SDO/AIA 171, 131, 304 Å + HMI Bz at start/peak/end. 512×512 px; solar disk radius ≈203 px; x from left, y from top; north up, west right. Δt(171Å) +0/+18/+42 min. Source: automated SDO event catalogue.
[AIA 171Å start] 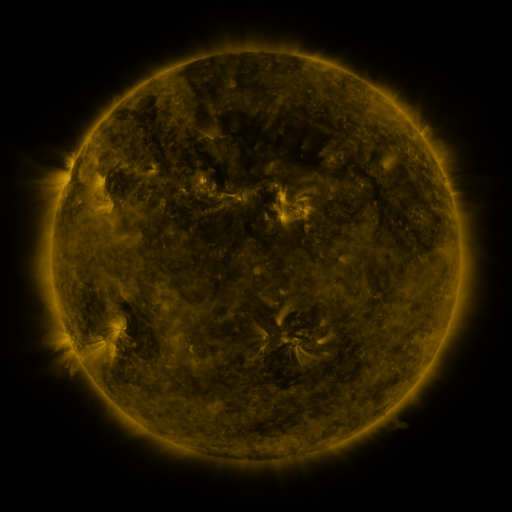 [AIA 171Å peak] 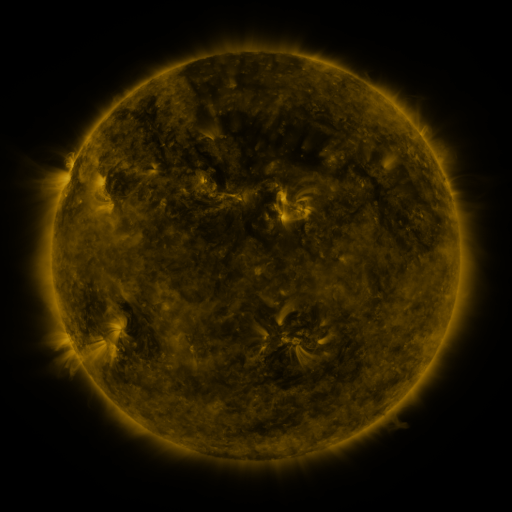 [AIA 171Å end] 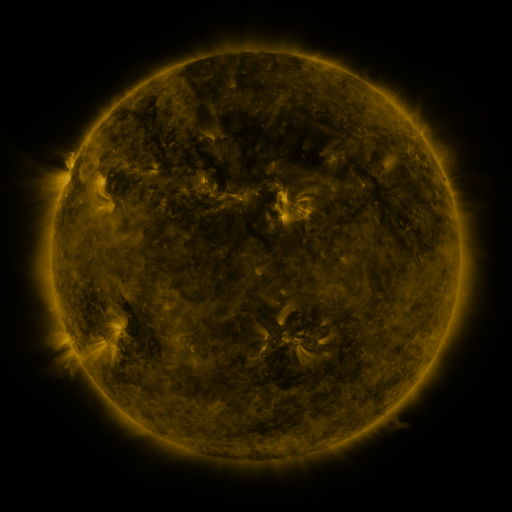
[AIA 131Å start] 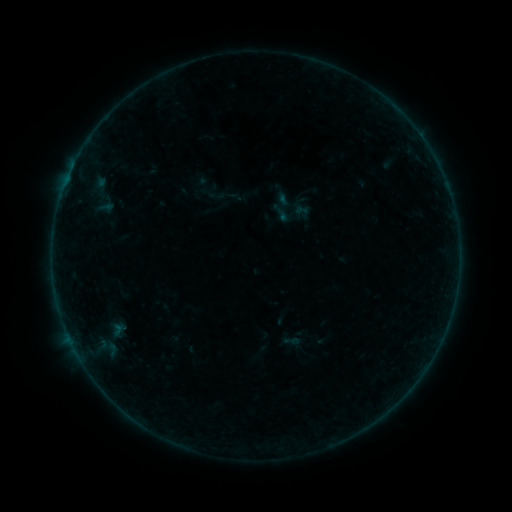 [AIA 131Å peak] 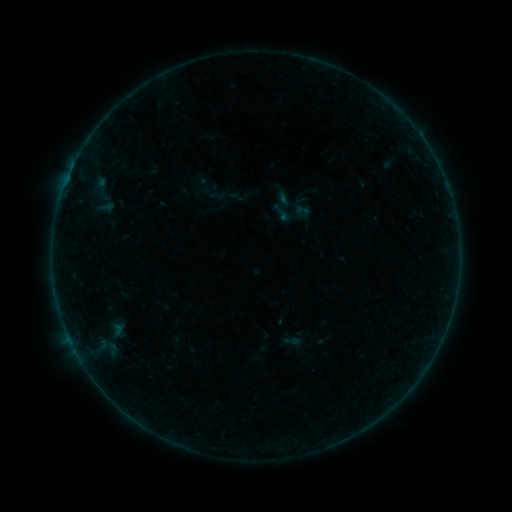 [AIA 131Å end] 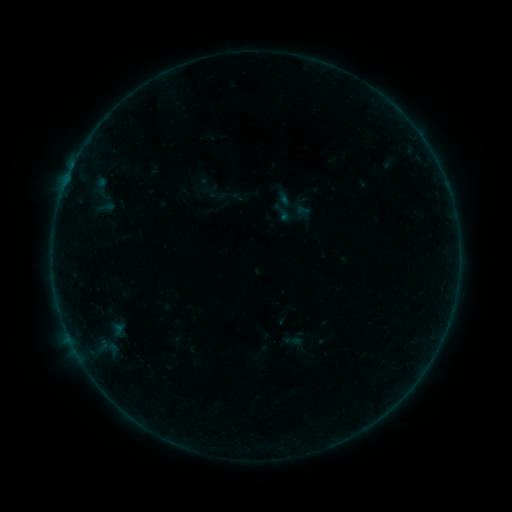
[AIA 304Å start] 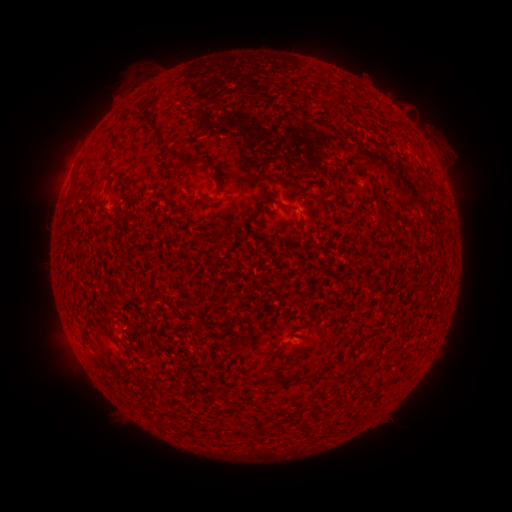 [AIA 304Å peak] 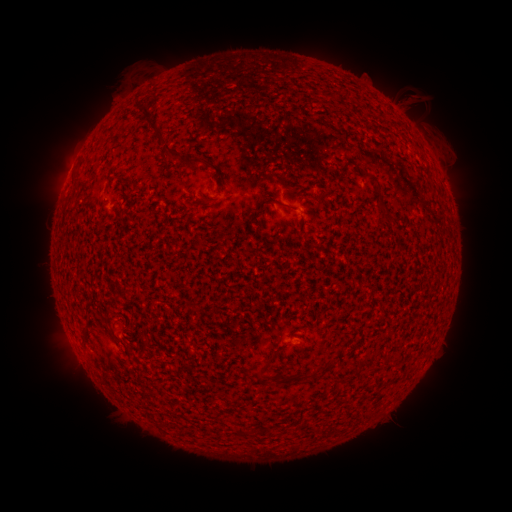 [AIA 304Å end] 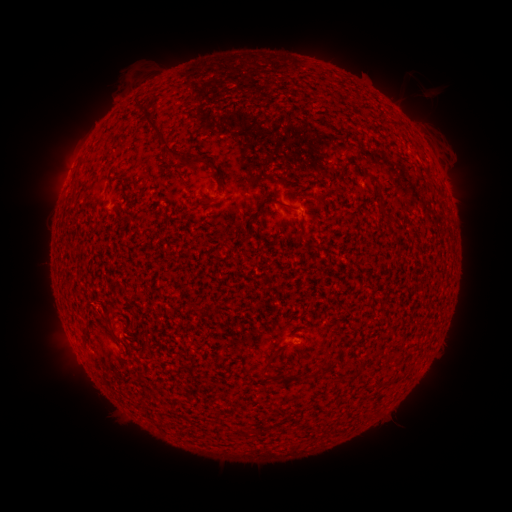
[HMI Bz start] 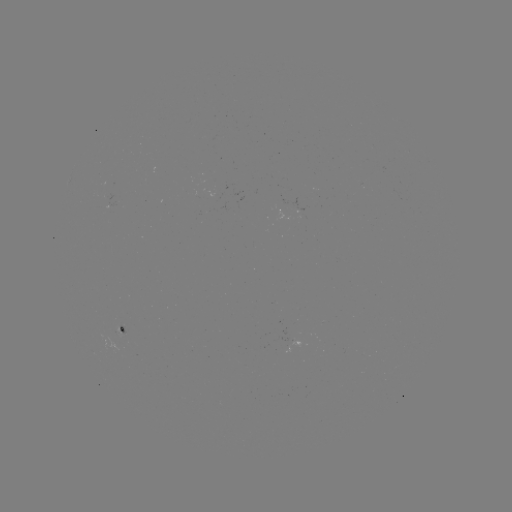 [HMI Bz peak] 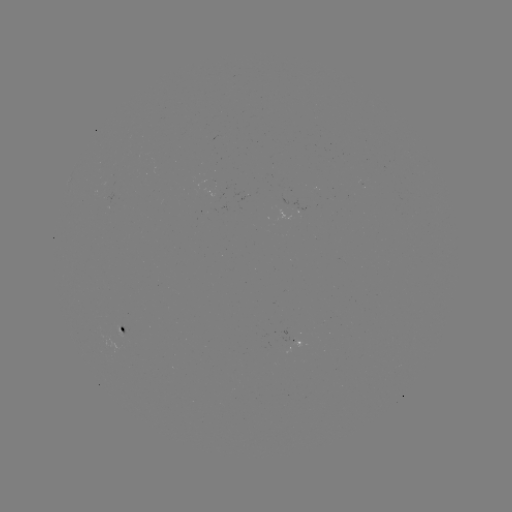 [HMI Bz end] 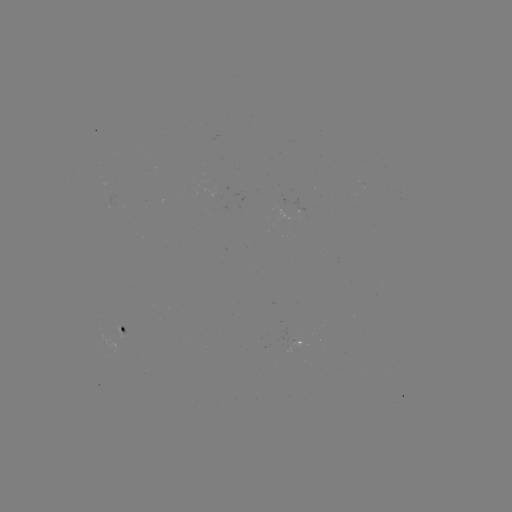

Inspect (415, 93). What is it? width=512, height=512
eruption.